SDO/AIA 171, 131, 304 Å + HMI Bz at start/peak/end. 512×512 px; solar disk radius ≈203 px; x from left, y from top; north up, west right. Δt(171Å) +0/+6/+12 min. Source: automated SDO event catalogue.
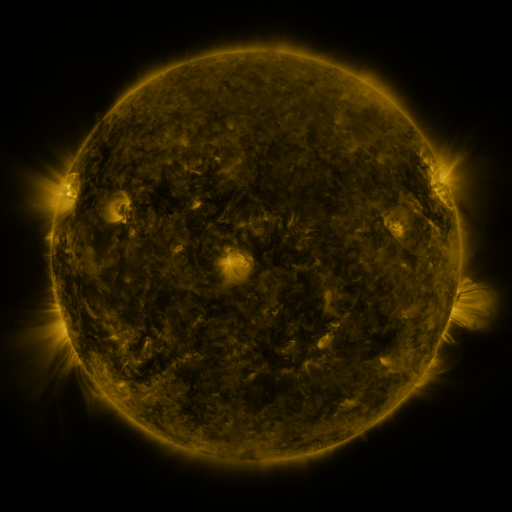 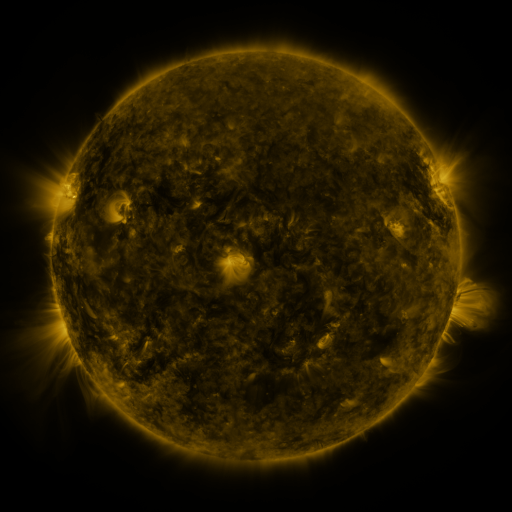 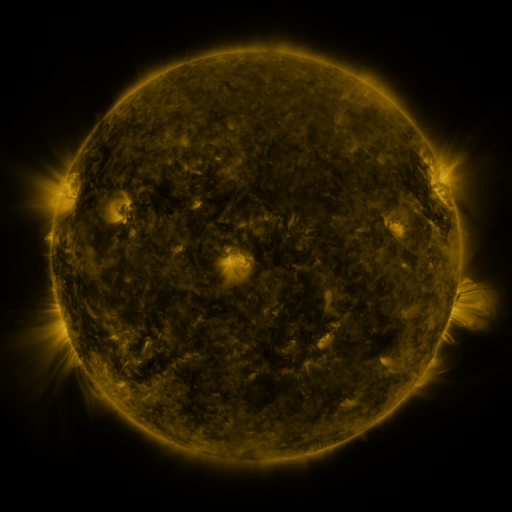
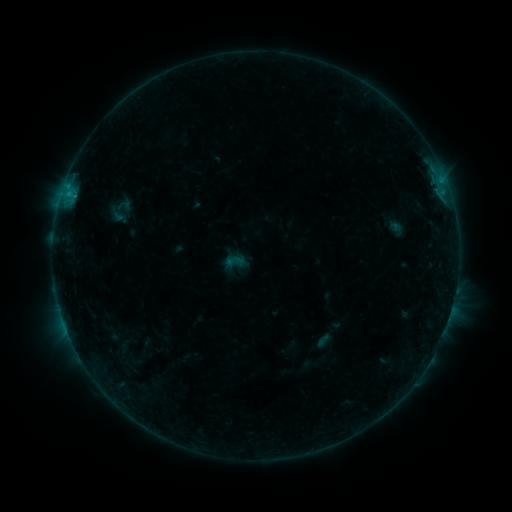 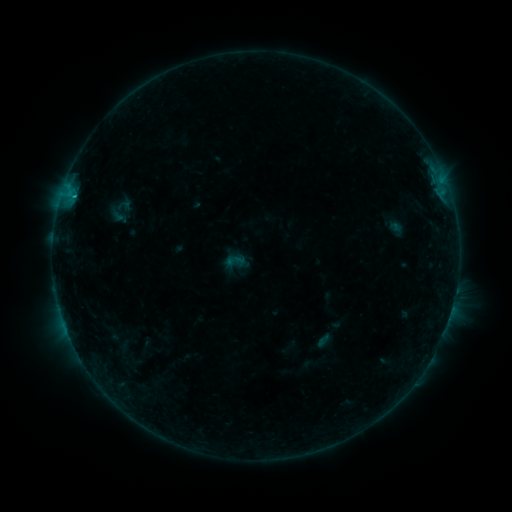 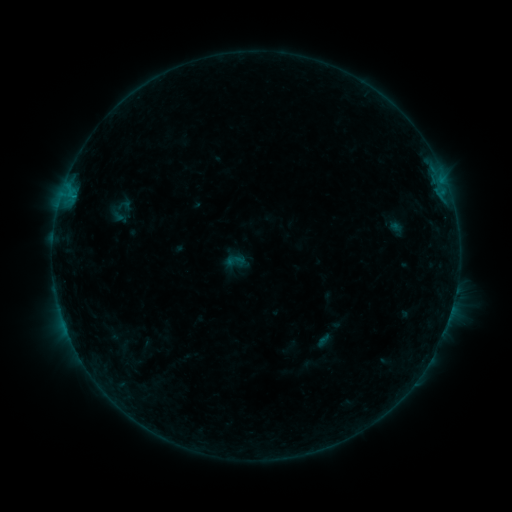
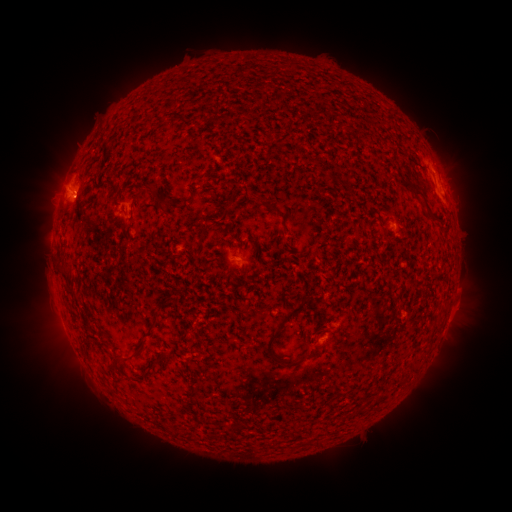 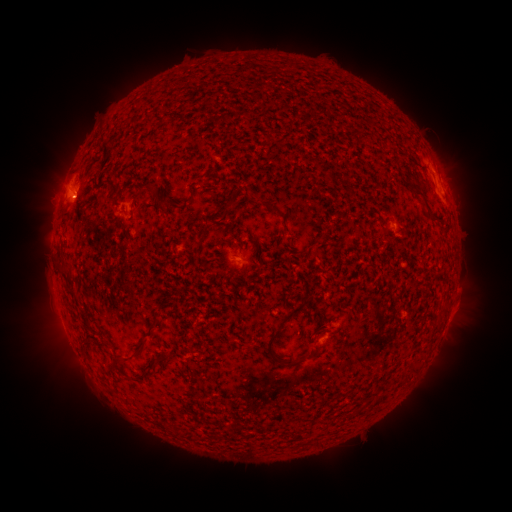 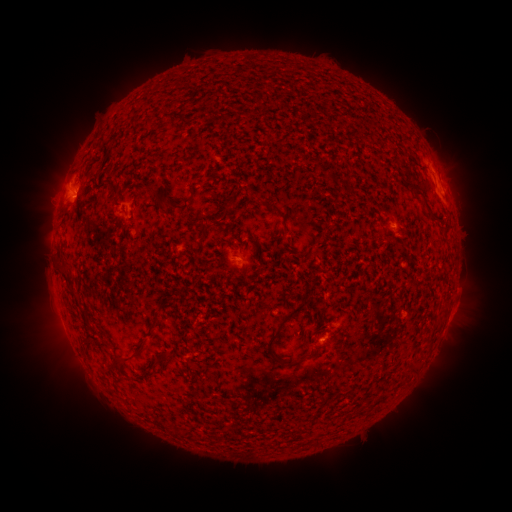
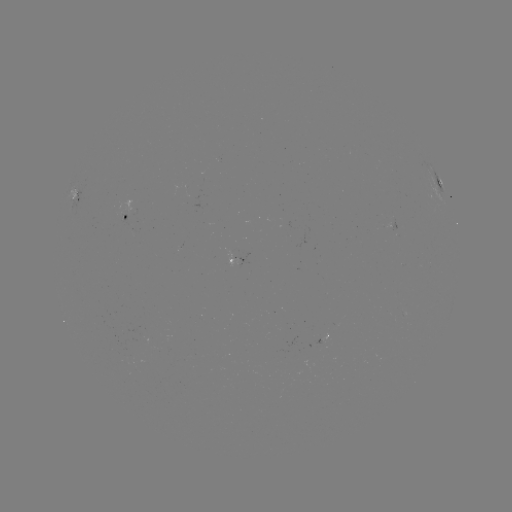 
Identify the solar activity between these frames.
B4.0 flare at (75, 198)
